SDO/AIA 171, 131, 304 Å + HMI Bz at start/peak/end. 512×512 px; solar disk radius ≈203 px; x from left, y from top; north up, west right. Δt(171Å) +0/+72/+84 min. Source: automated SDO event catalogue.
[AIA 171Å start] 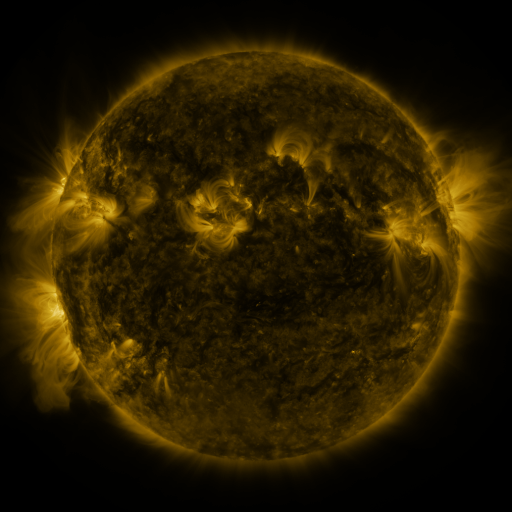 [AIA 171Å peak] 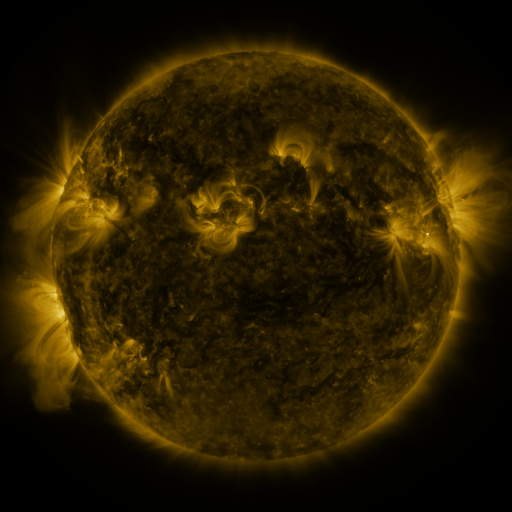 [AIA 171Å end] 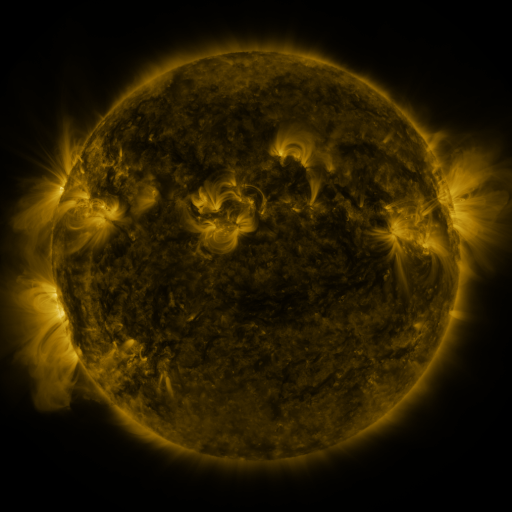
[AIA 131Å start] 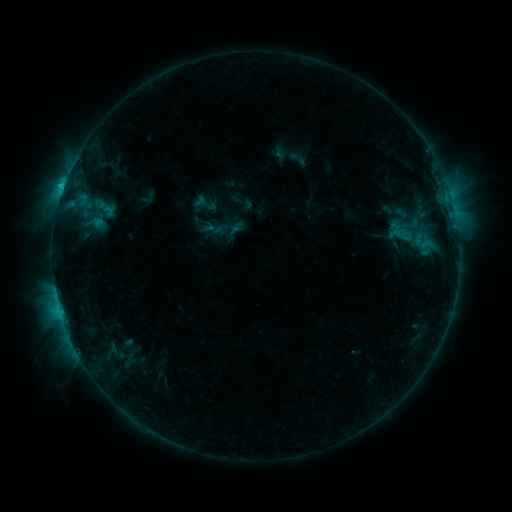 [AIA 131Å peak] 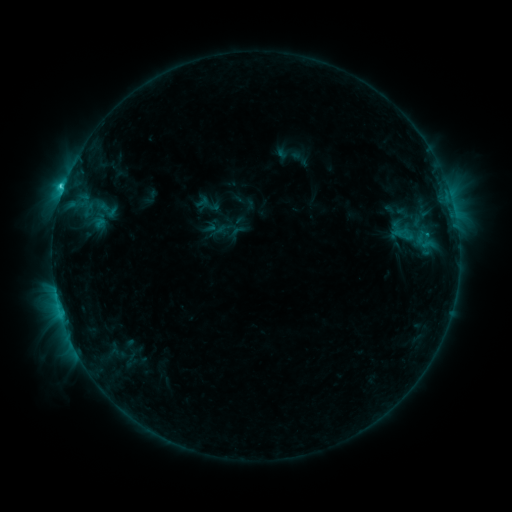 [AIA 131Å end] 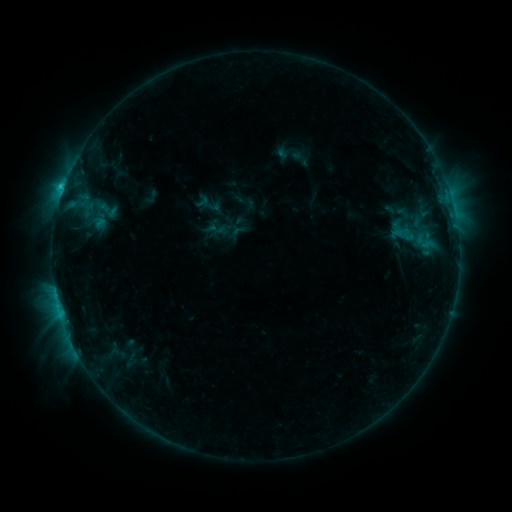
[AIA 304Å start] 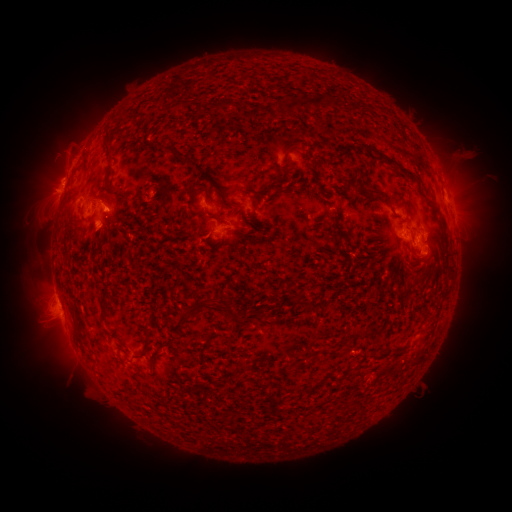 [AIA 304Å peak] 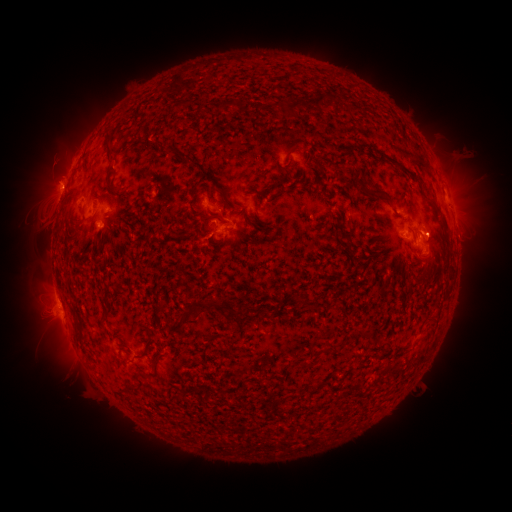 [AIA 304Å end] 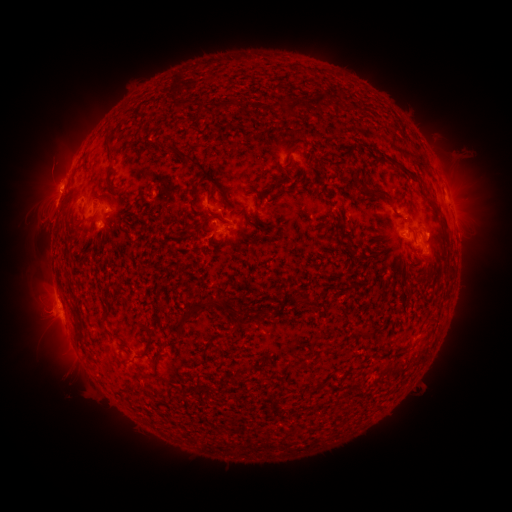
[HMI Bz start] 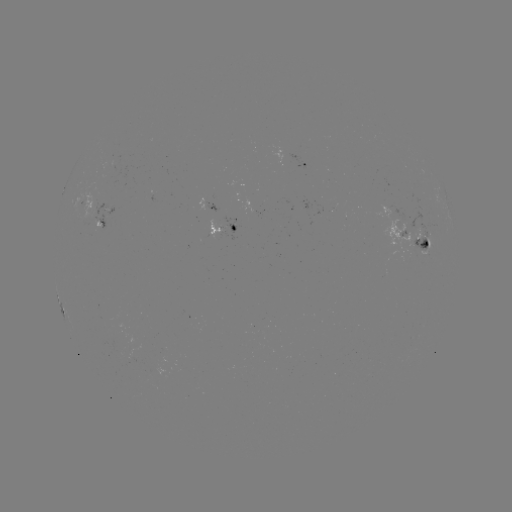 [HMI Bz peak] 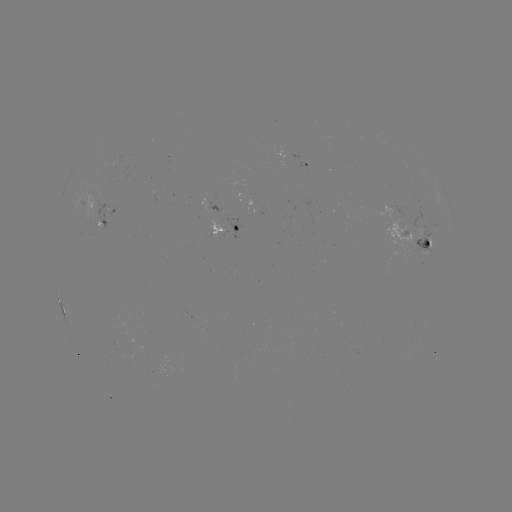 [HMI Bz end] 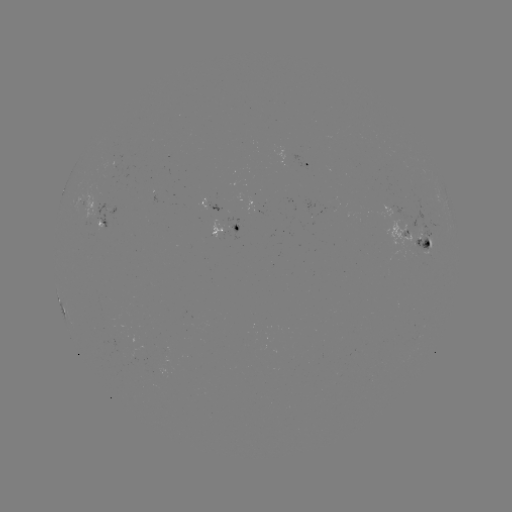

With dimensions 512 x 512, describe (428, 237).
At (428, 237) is emerging-flux region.